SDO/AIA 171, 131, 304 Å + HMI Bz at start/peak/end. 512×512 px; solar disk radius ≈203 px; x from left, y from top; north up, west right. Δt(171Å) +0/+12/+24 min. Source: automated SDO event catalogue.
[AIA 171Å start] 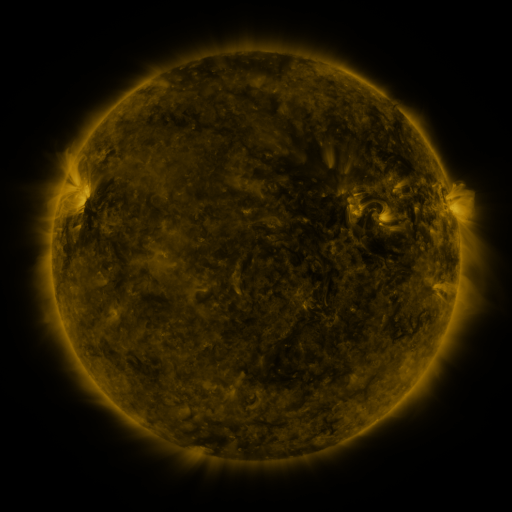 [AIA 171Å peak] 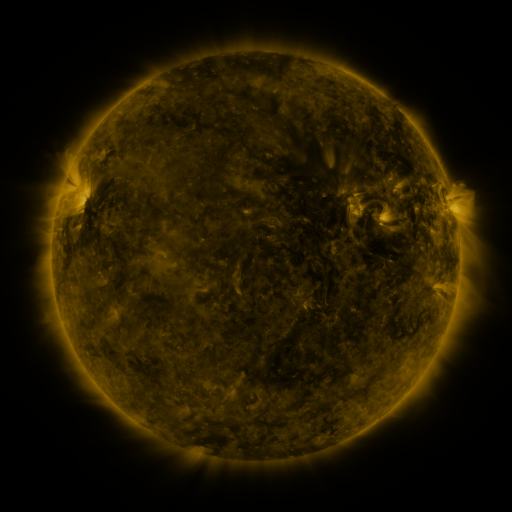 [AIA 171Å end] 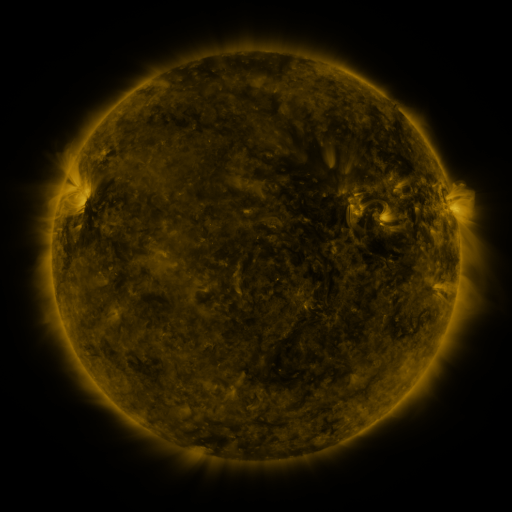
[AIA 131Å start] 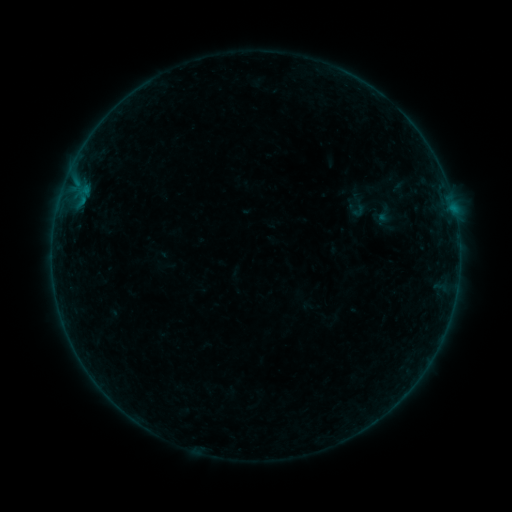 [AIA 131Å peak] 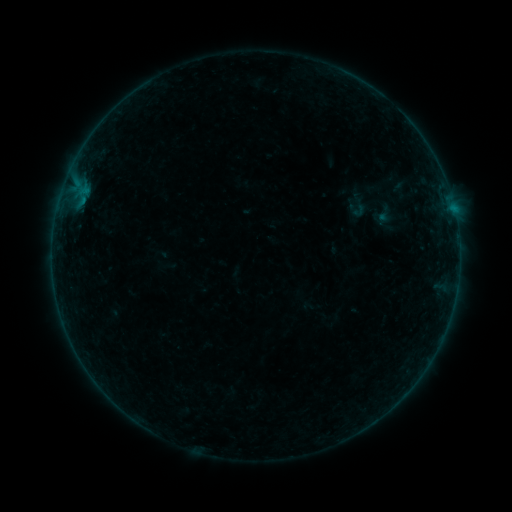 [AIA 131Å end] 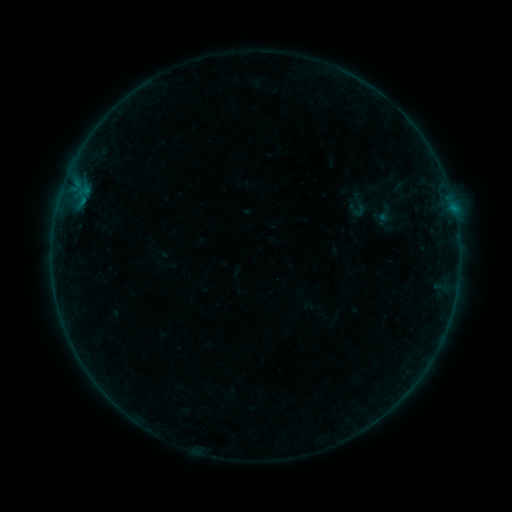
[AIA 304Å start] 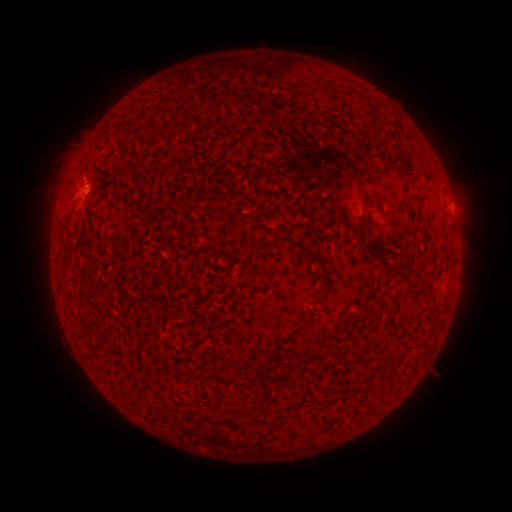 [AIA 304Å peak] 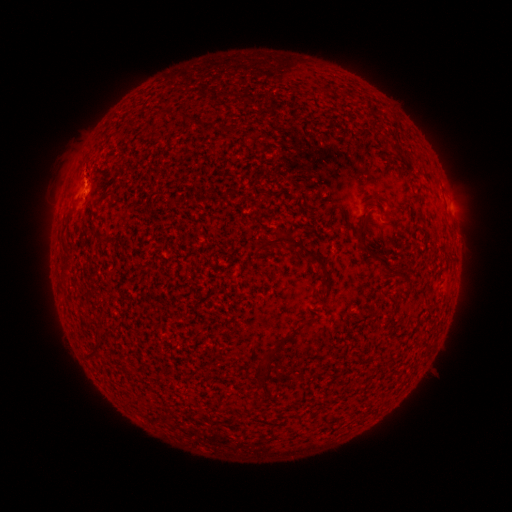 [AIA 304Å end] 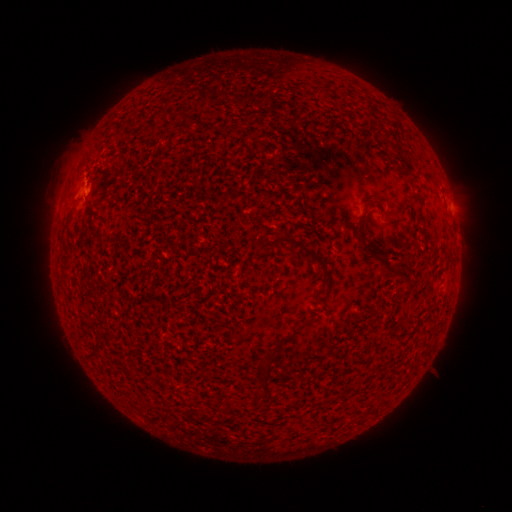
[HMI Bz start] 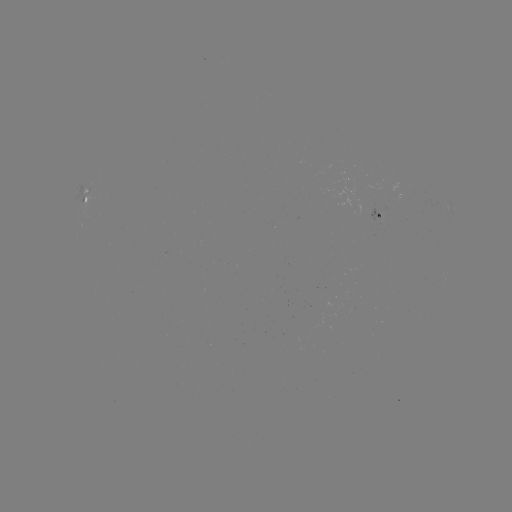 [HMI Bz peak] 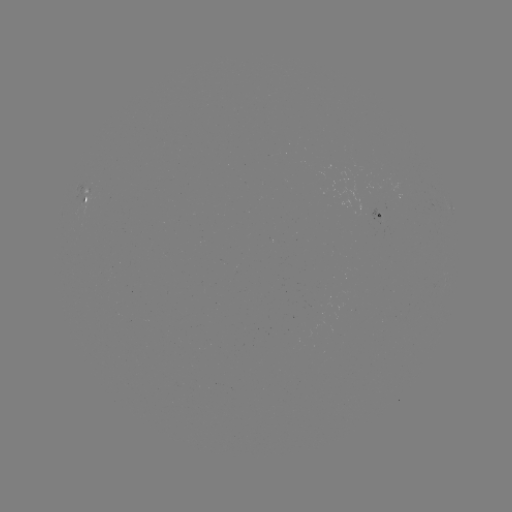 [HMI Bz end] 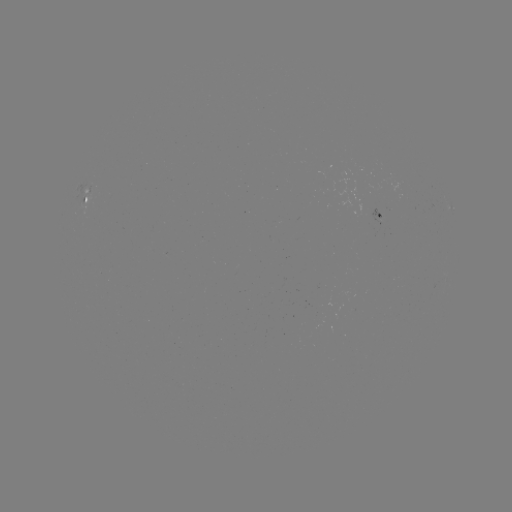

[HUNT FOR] B1.5 flare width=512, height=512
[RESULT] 81,192